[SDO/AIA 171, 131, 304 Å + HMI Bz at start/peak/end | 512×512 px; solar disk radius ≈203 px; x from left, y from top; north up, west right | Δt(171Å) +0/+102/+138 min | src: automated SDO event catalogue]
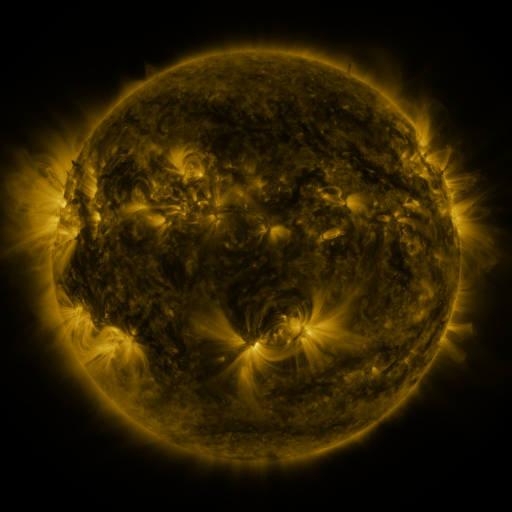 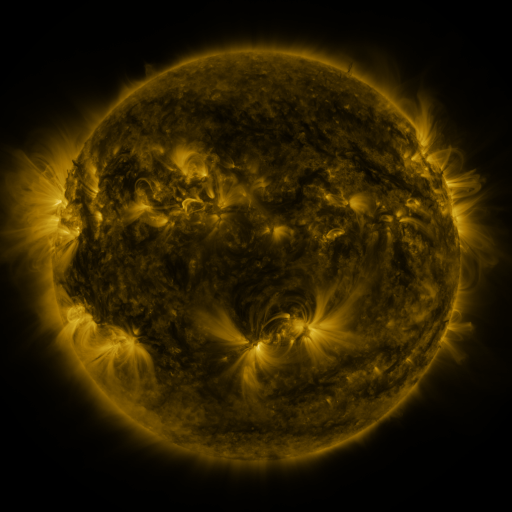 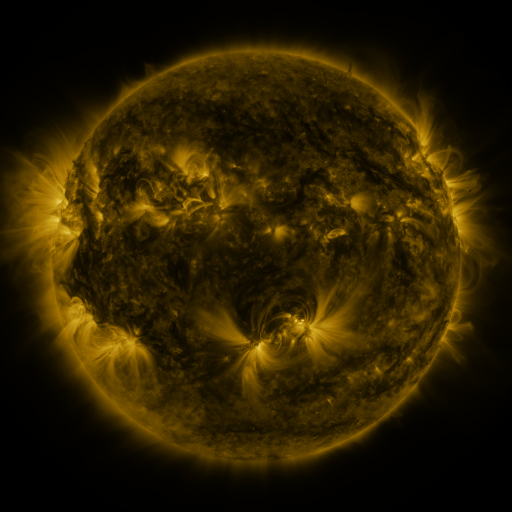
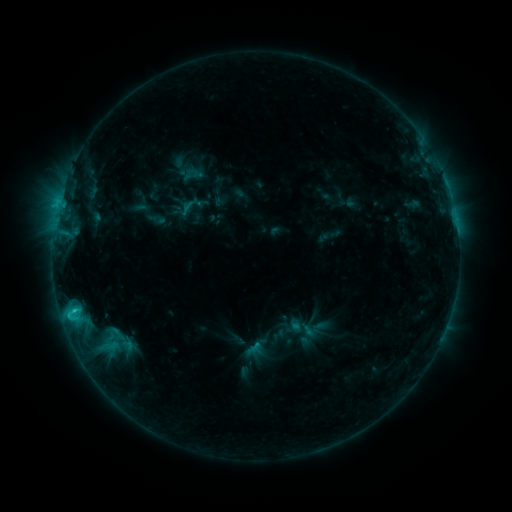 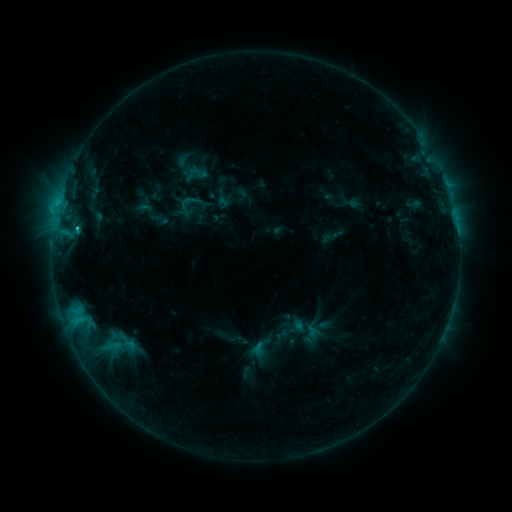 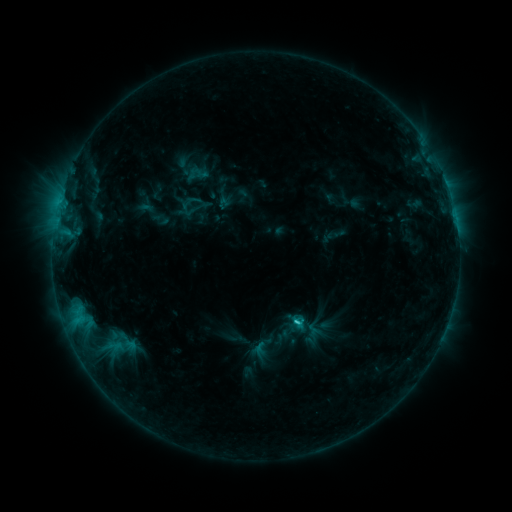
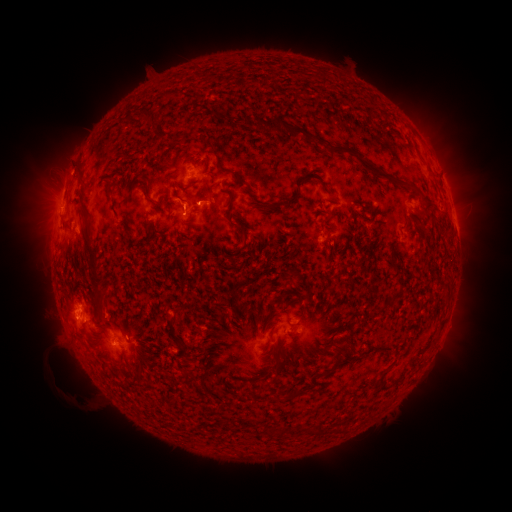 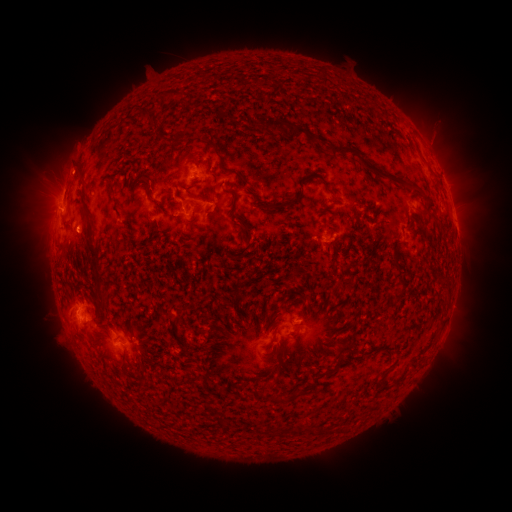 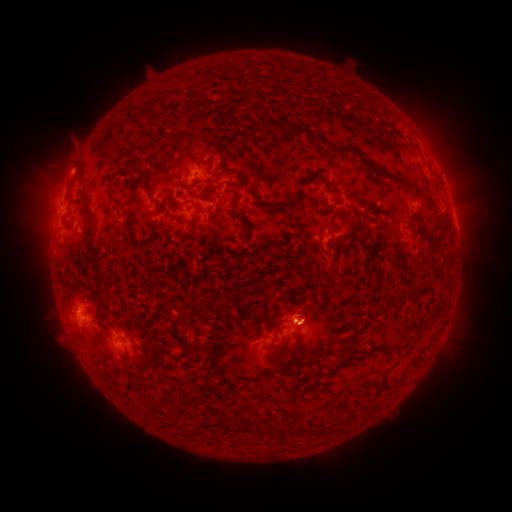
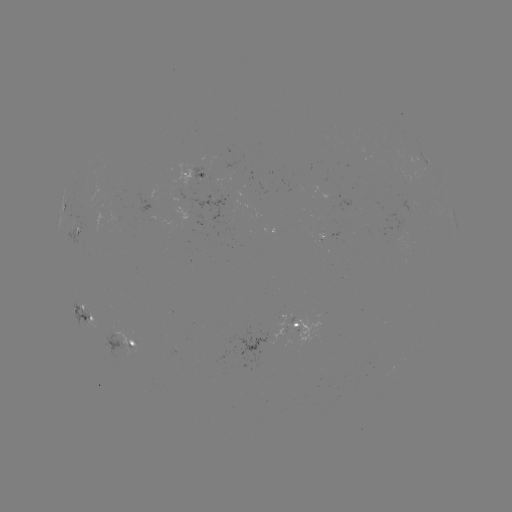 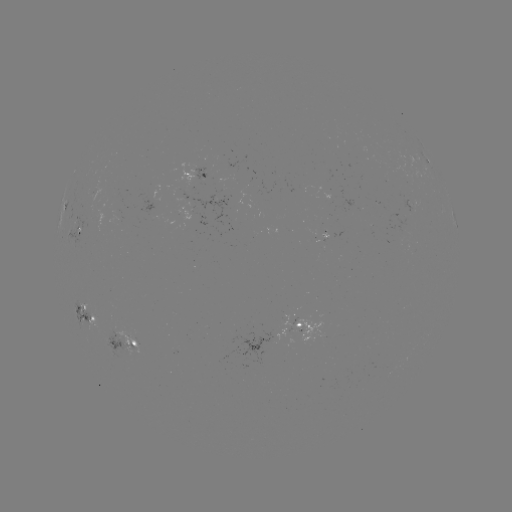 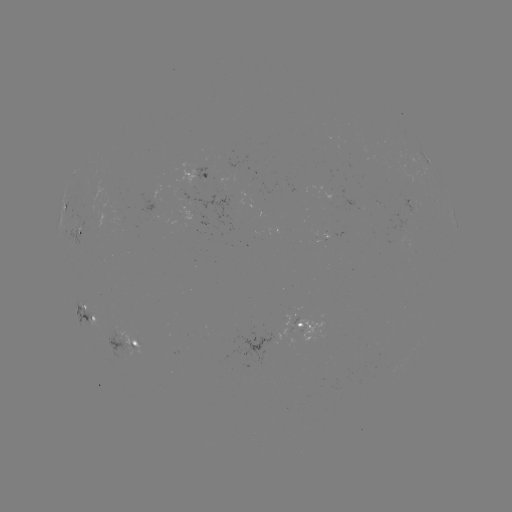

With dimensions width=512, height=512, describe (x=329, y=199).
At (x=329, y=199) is emerging-flux region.